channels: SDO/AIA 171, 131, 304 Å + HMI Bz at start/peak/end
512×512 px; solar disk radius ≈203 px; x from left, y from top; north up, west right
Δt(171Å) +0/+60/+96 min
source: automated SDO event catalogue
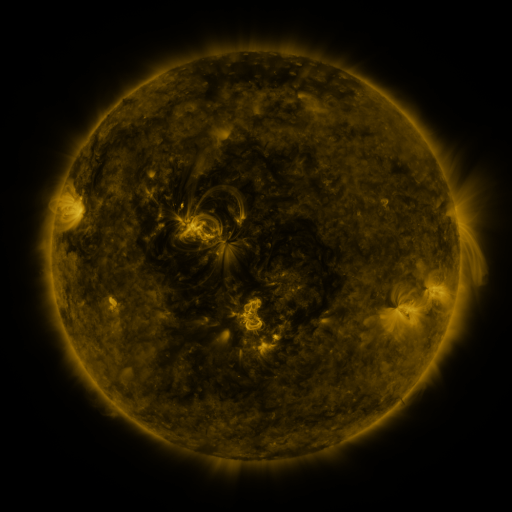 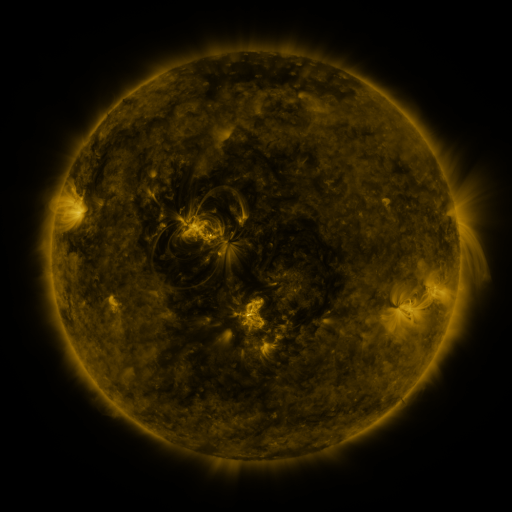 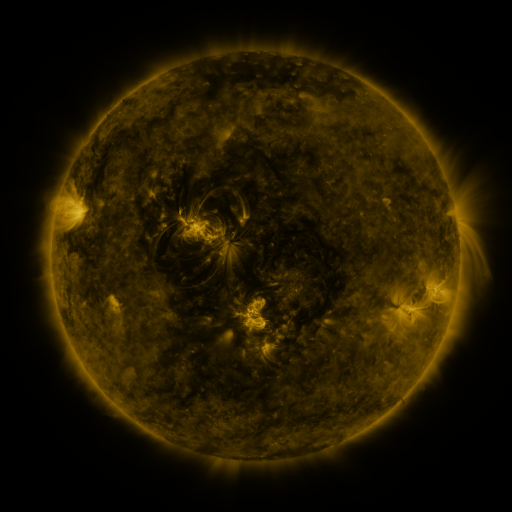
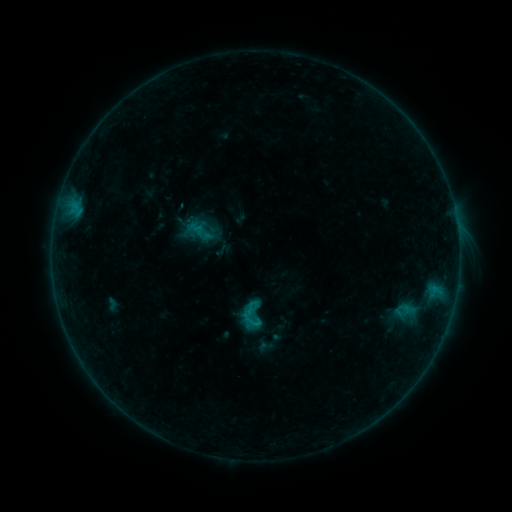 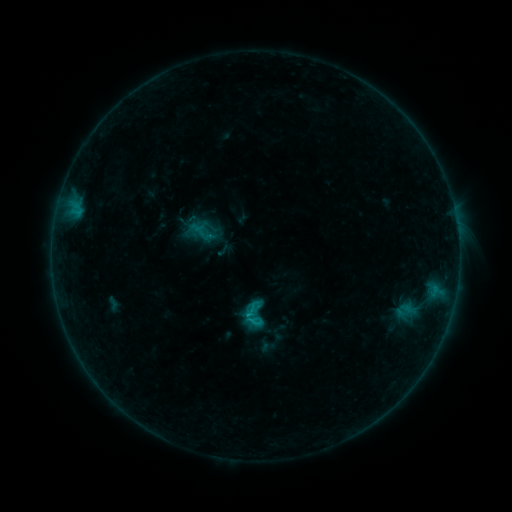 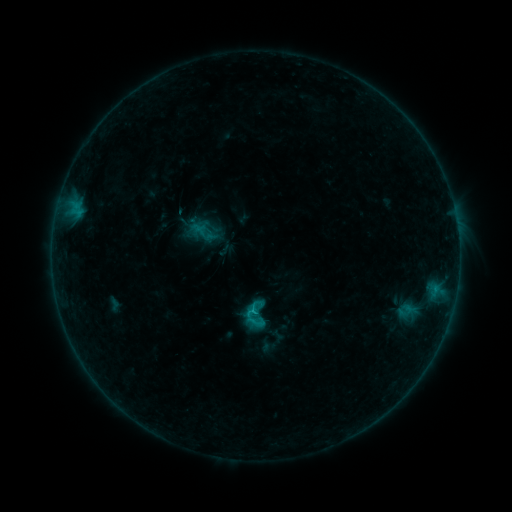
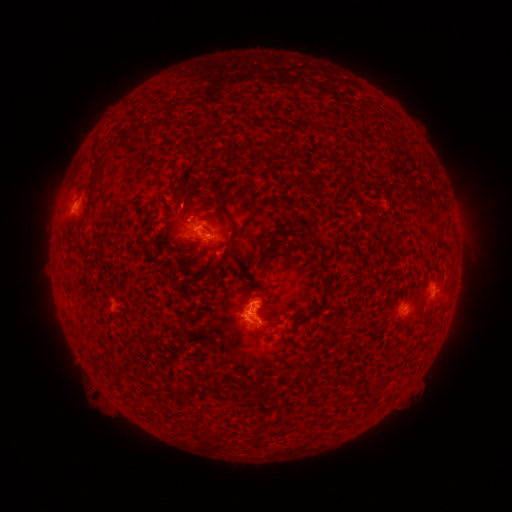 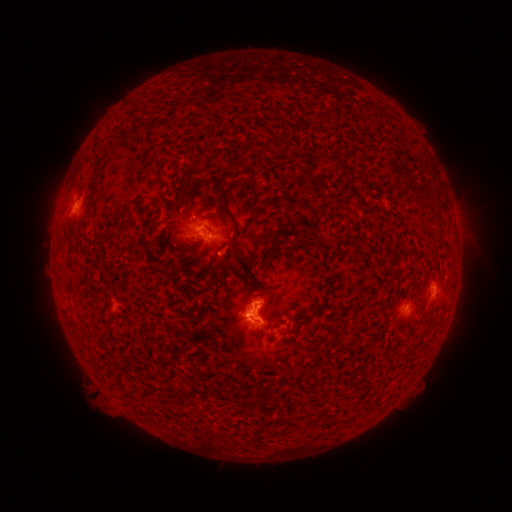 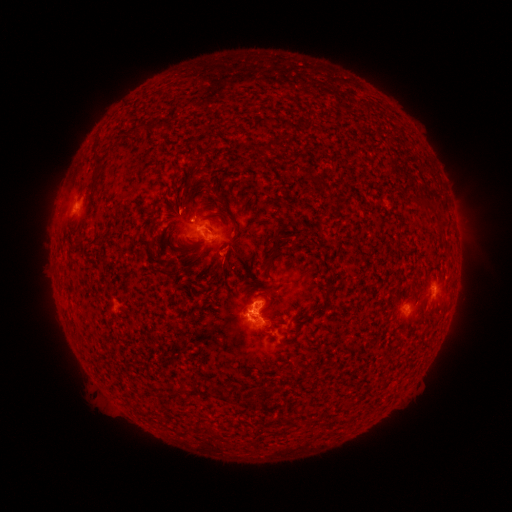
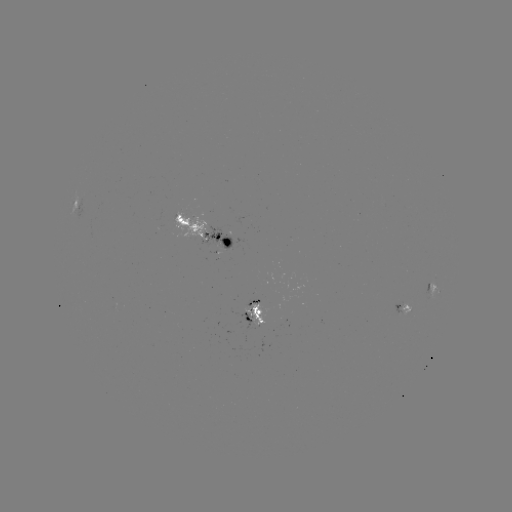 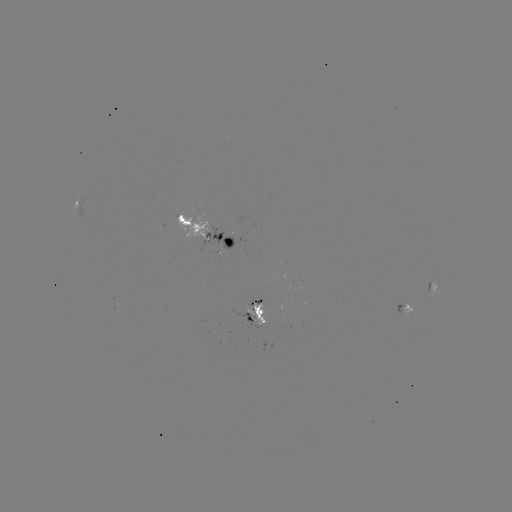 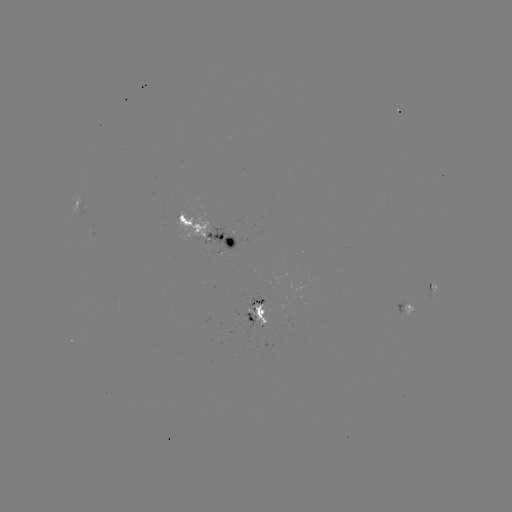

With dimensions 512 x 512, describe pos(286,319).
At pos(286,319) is emerging-flux region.